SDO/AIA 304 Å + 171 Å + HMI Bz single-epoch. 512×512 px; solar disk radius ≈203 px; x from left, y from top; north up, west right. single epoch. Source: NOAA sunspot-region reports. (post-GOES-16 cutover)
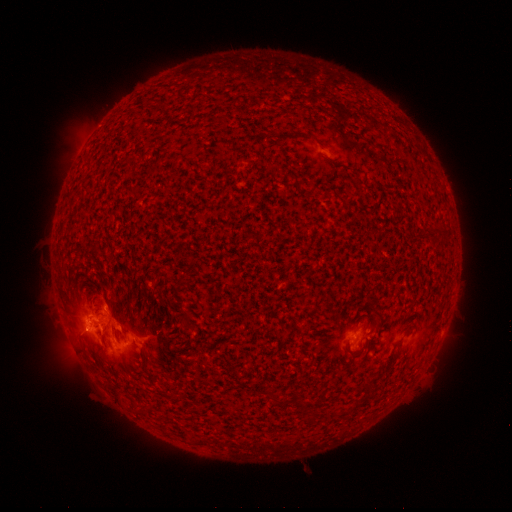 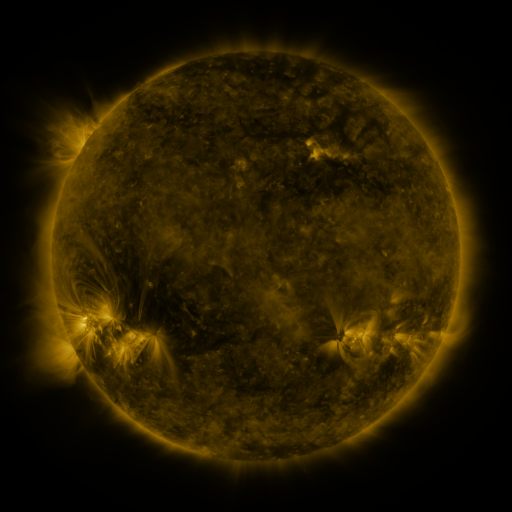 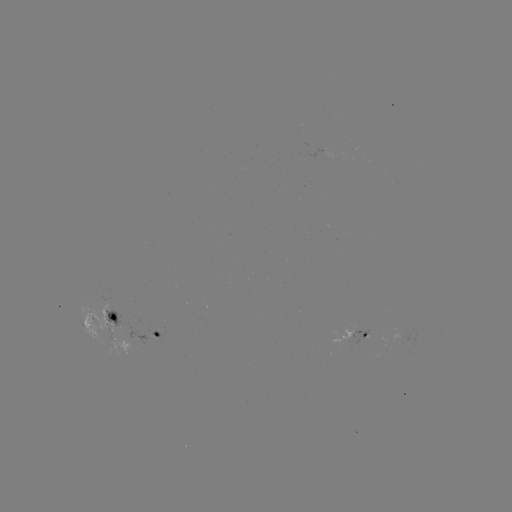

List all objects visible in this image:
spotted active region: (100, 318)
spotted active region: (157, 333)
spotted active region: (362, 333)
